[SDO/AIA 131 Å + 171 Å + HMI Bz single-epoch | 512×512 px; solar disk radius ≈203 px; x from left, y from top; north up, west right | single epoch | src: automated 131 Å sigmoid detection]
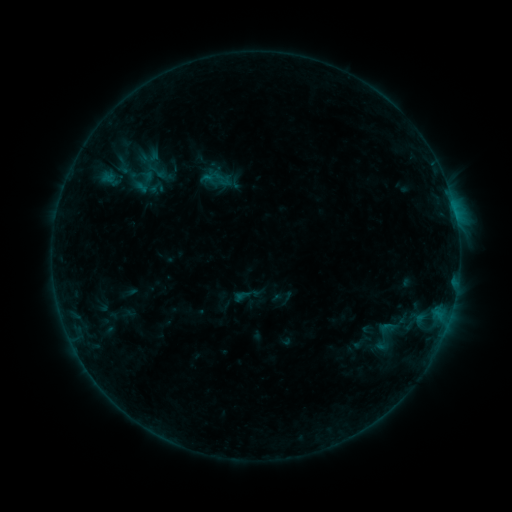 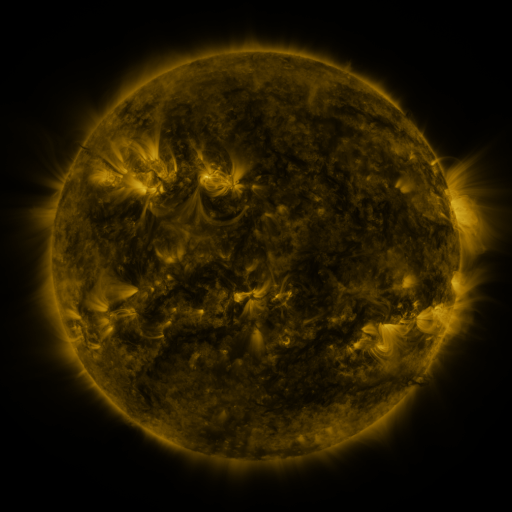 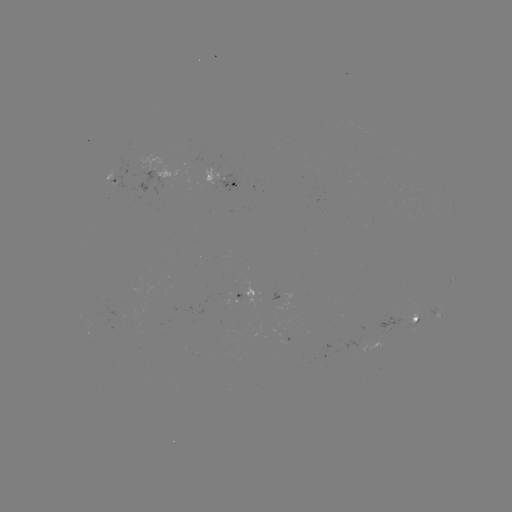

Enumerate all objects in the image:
sigmoid: (147, 179, 165, 196)
sigmoid: (377, 317, 396, 338)
